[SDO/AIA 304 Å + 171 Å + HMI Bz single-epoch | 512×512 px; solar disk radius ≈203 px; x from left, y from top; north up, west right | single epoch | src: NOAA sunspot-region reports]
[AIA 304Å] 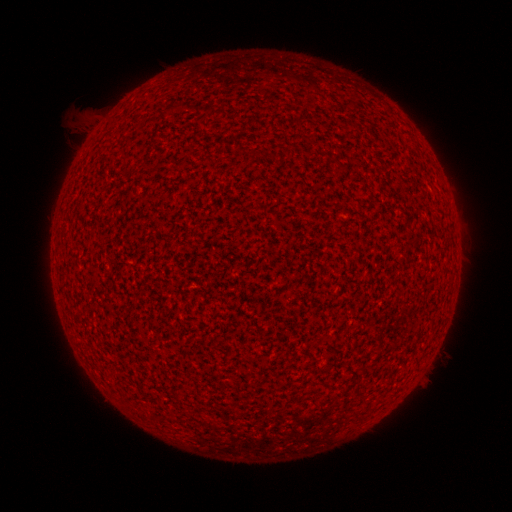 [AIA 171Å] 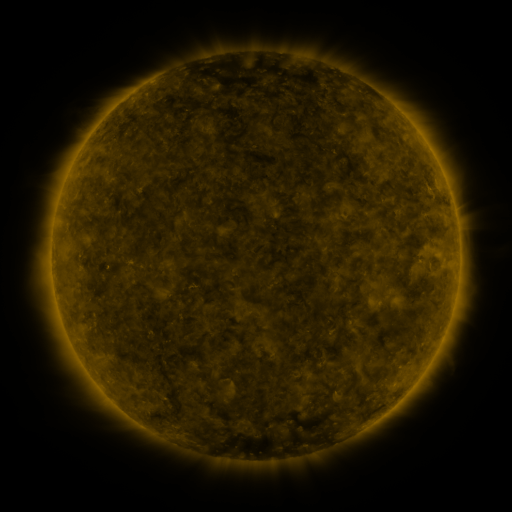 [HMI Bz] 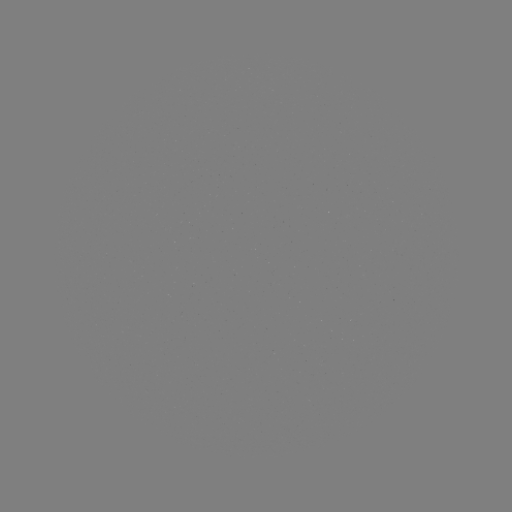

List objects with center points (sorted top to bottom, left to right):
(none)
